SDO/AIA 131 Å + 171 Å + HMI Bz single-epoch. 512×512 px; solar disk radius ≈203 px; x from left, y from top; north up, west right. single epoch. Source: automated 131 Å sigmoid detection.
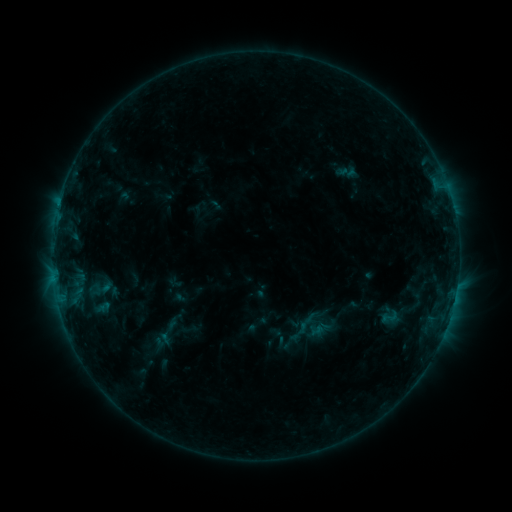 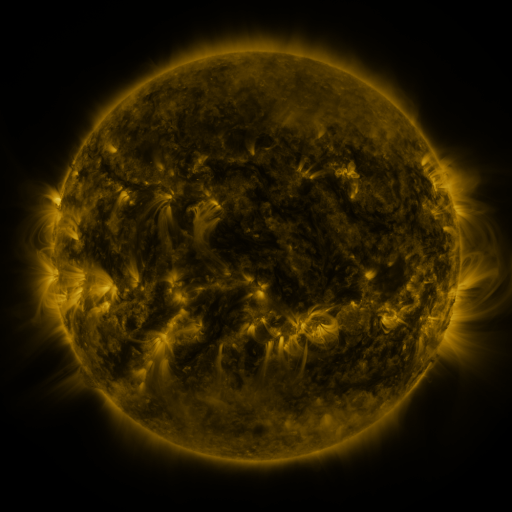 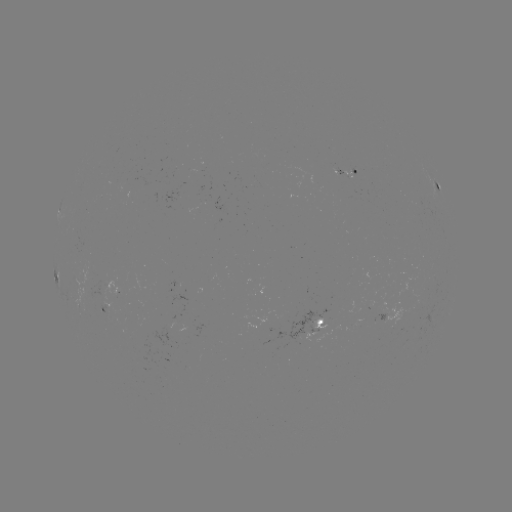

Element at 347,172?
sigmoid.